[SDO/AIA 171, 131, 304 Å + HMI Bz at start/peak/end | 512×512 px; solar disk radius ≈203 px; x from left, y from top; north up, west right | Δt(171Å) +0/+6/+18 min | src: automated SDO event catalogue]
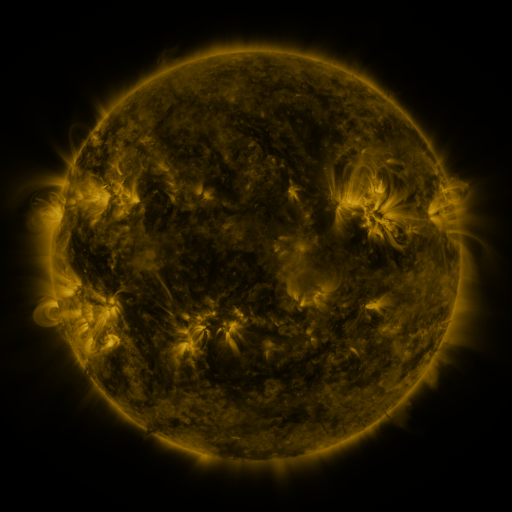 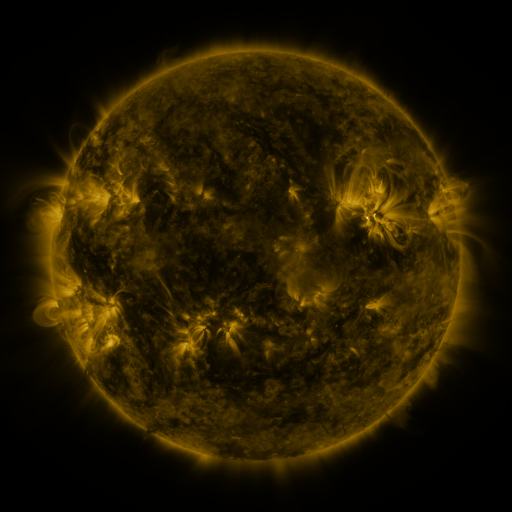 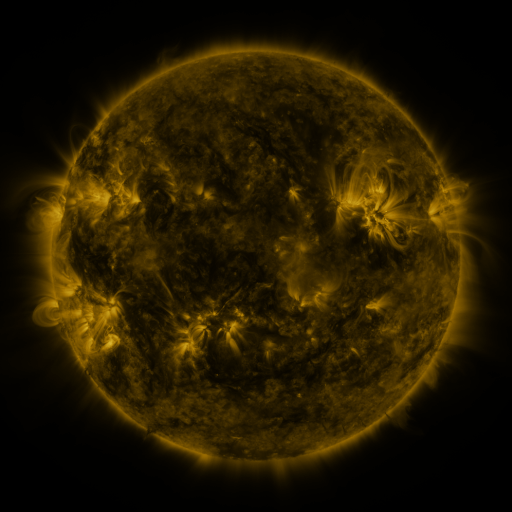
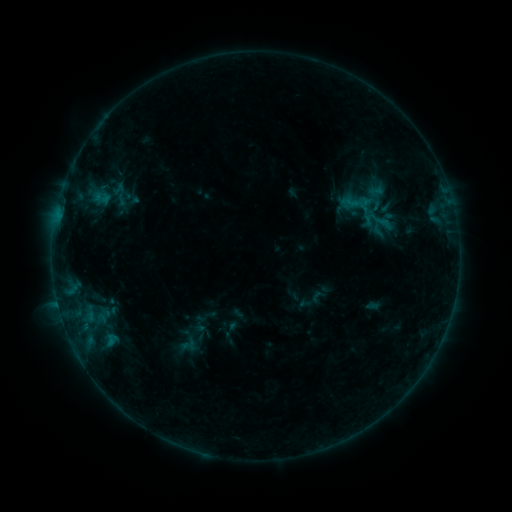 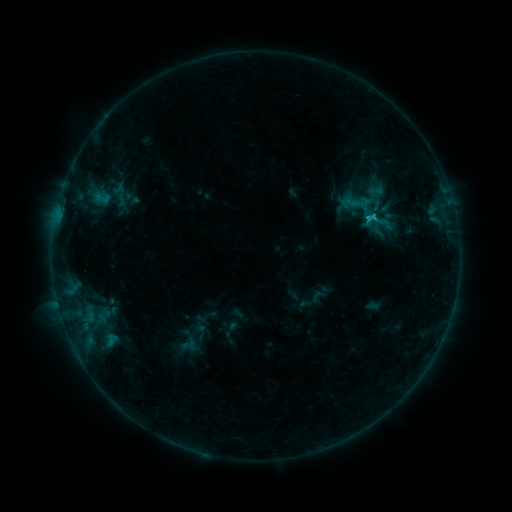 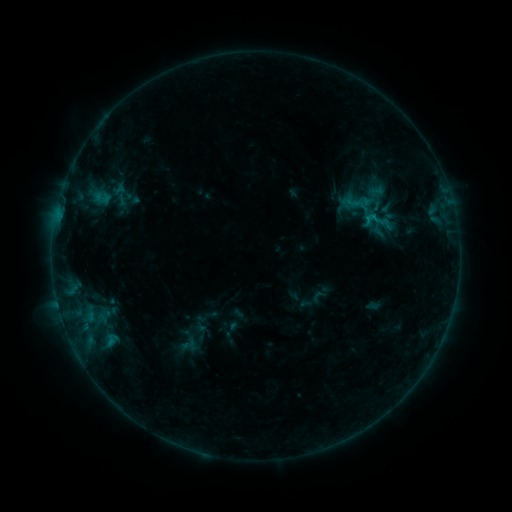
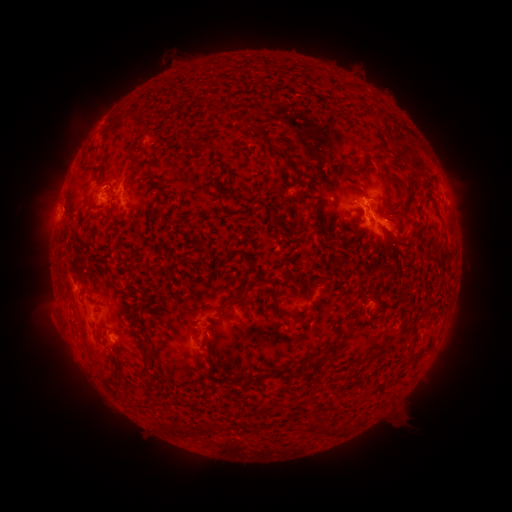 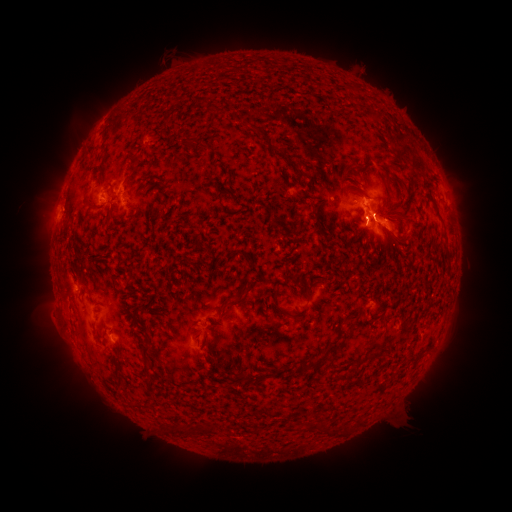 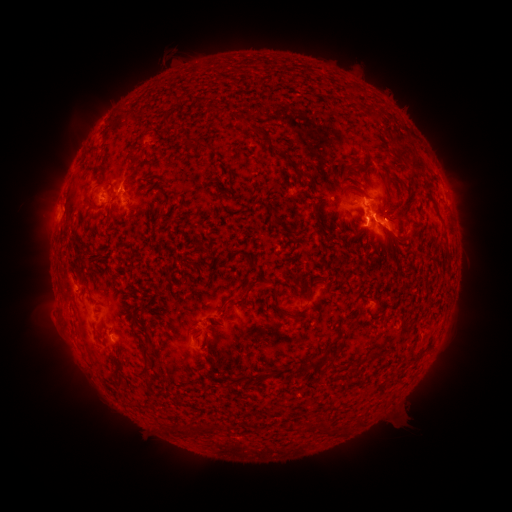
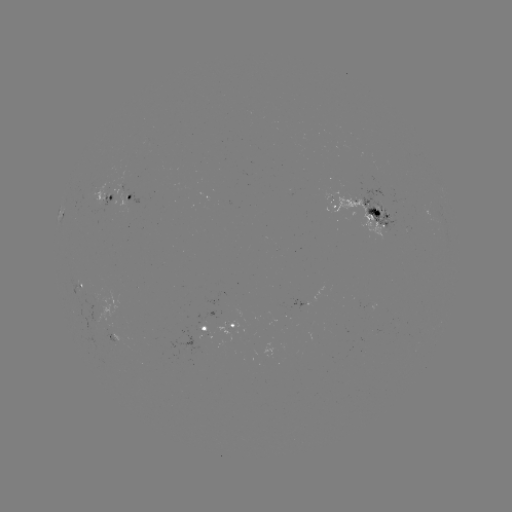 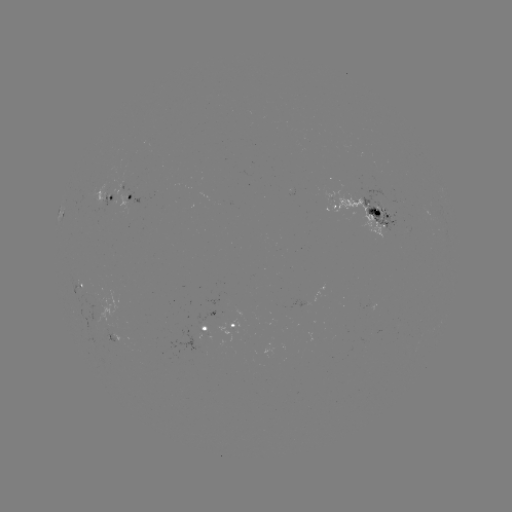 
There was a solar flare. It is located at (371, 219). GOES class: C1.0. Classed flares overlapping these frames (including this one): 1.